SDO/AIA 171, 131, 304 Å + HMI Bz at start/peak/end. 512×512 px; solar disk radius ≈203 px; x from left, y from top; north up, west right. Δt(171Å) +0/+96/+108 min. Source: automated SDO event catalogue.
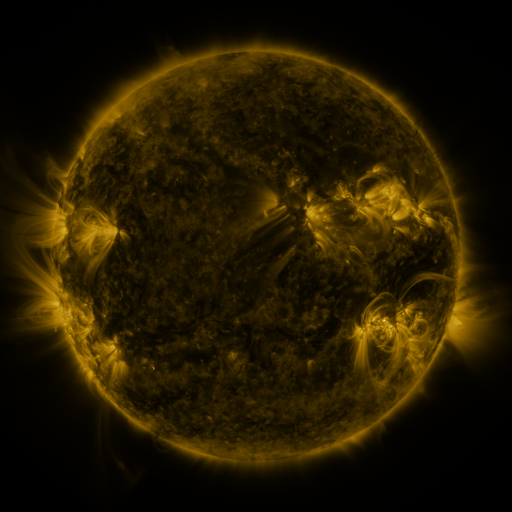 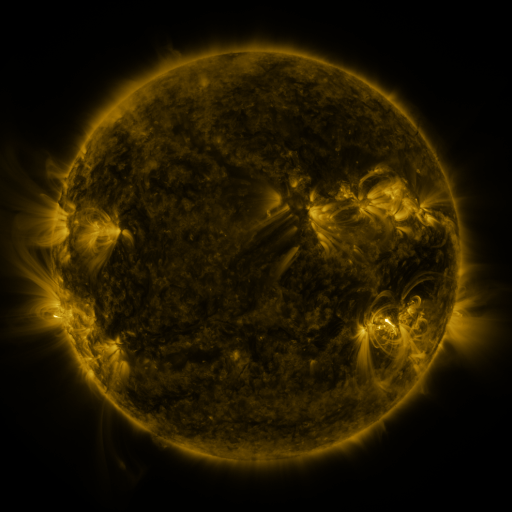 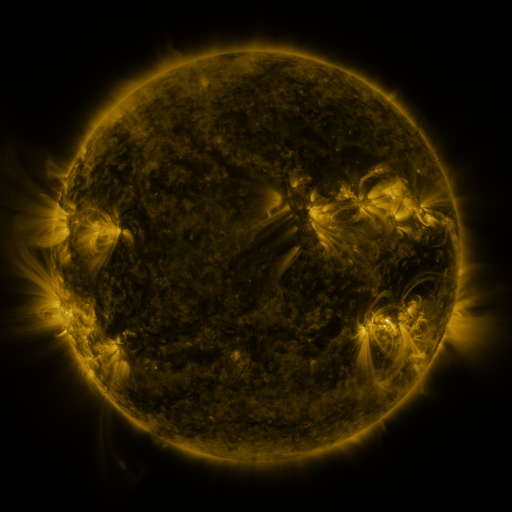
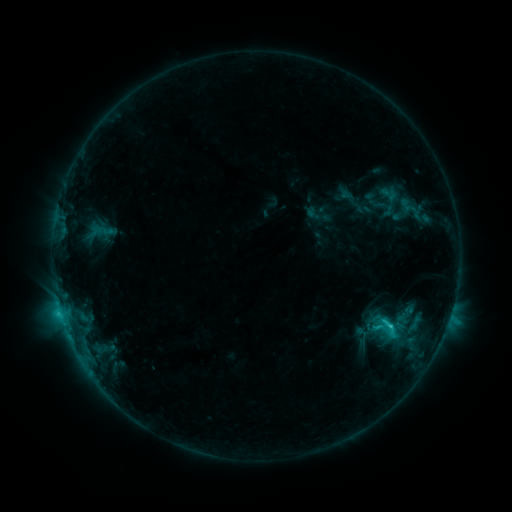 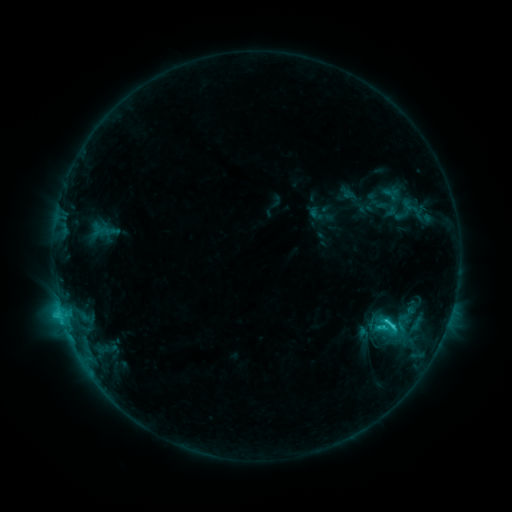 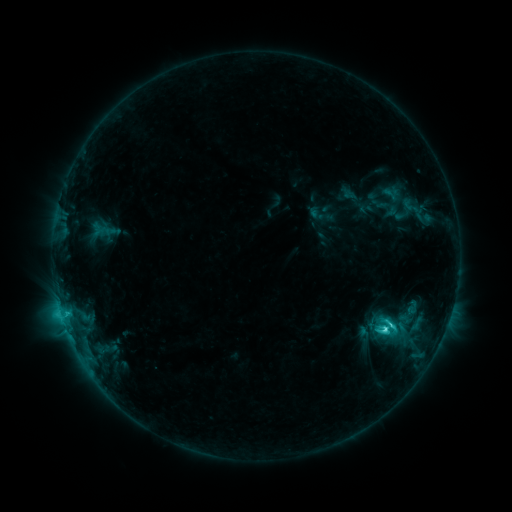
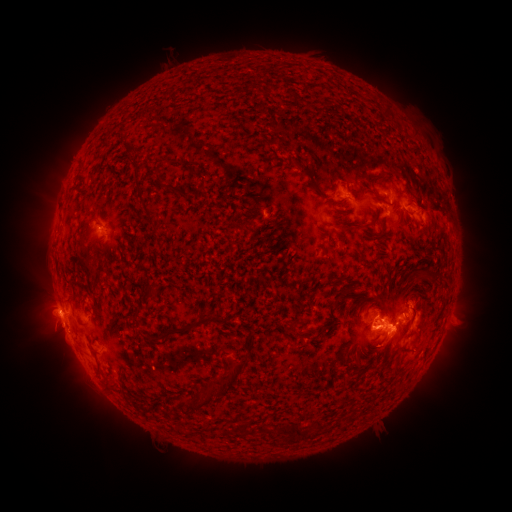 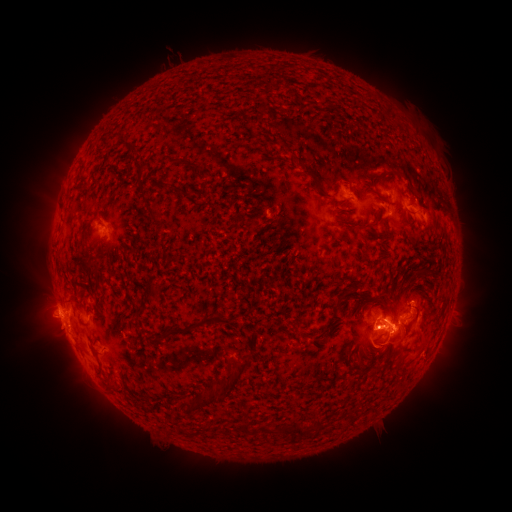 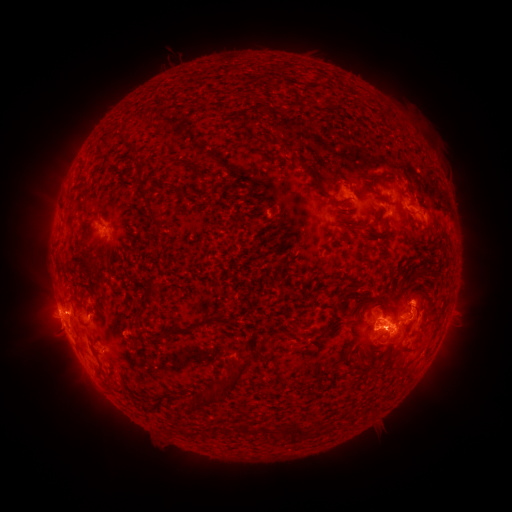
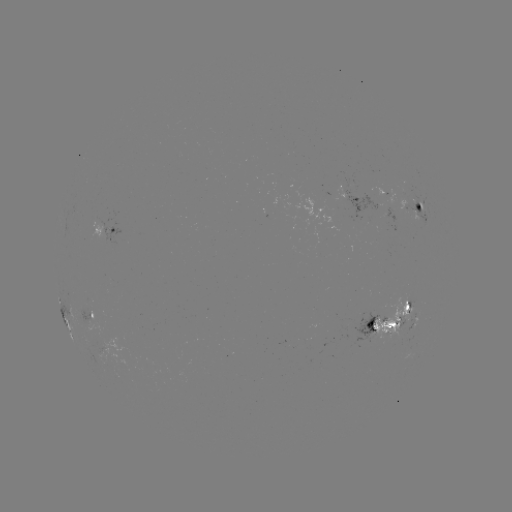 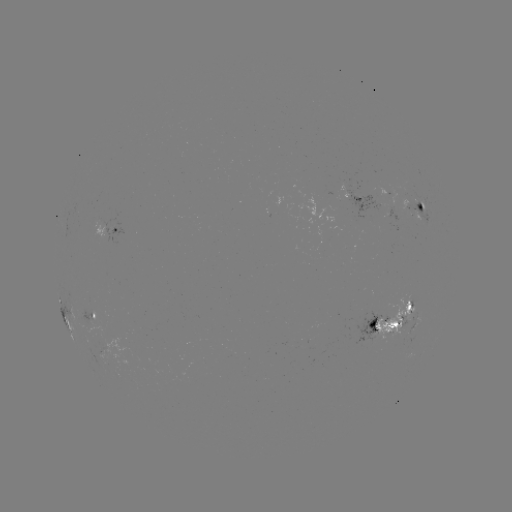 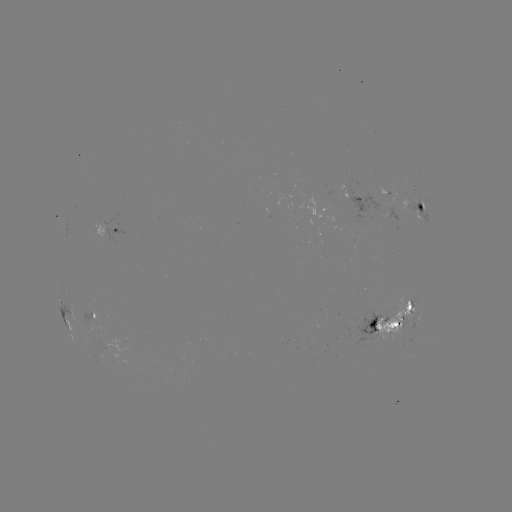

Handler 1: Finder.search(emerging-flux region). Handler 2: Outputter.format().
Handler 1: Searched emerging-flux region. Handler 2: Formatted [403, 320].